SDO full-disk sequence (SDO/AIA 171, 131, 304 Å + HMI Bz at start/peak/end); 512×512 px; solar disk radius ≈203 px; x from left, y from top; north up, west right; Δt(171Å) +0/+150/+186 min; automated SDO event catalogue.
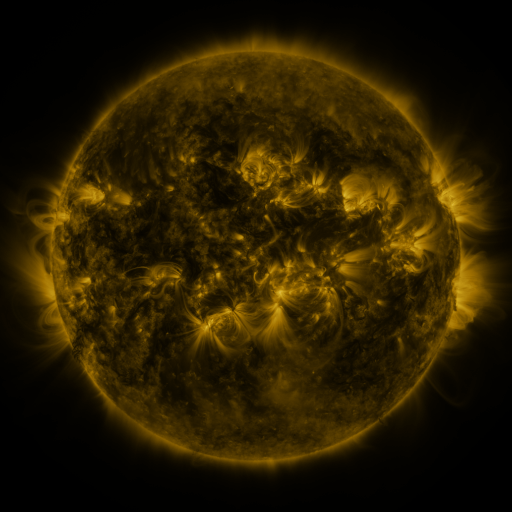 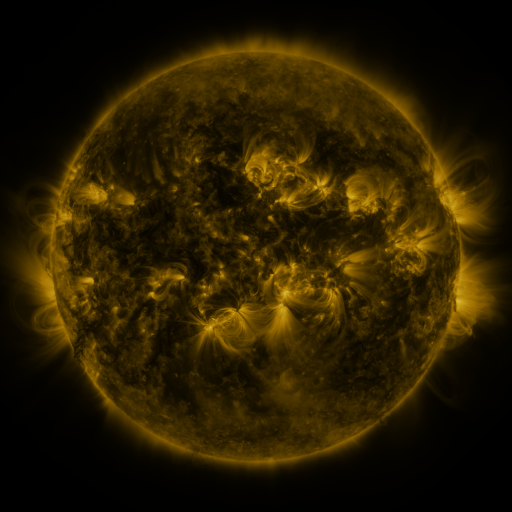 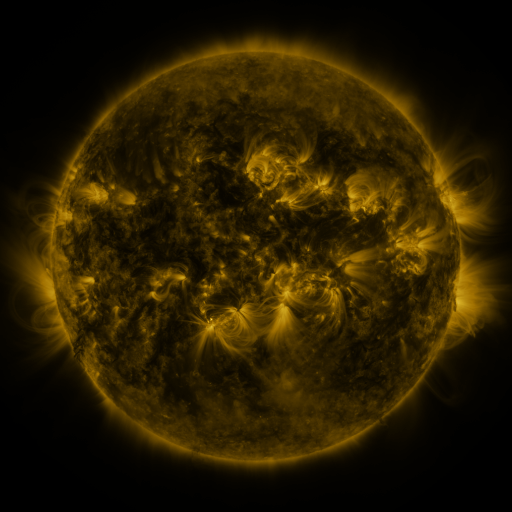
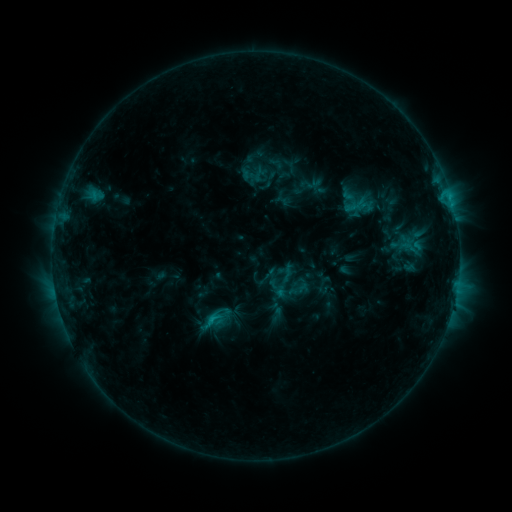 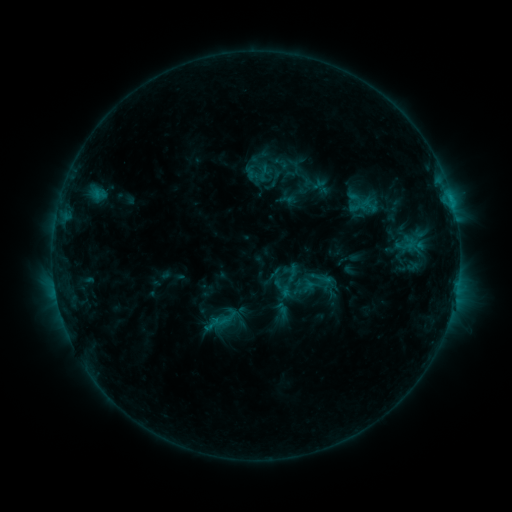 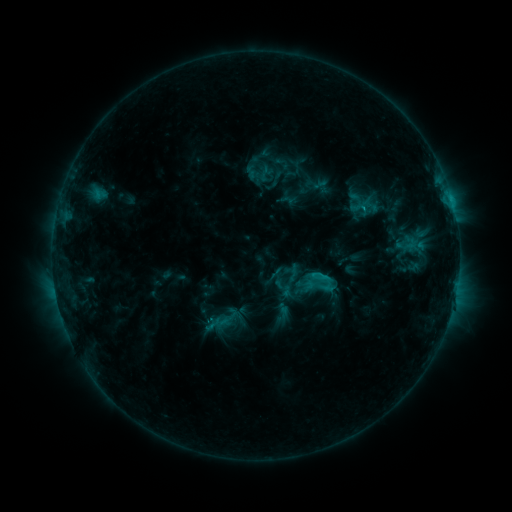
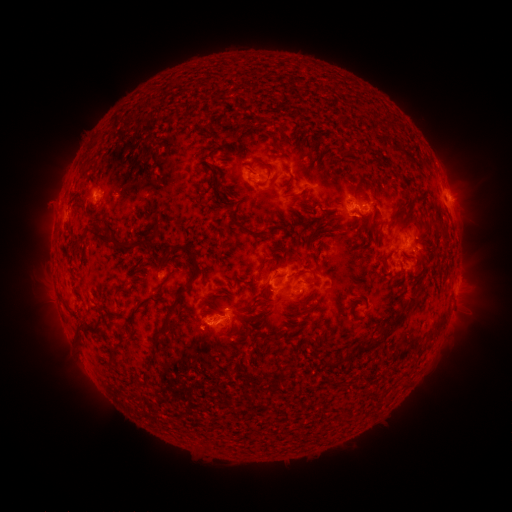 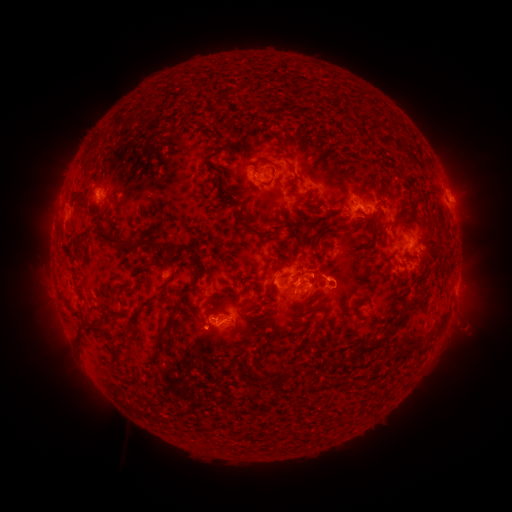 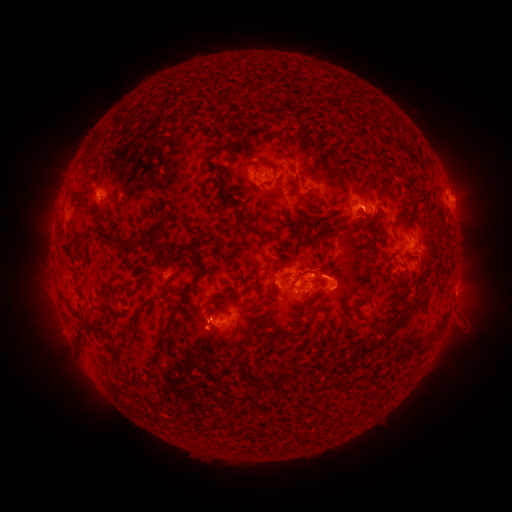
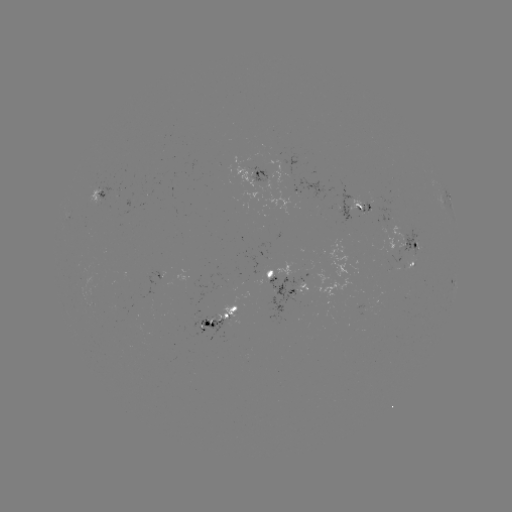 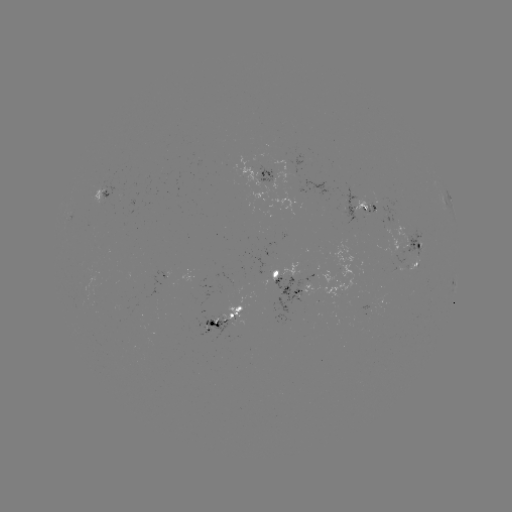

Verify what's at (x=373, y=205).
emerging-flux region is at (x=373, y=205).